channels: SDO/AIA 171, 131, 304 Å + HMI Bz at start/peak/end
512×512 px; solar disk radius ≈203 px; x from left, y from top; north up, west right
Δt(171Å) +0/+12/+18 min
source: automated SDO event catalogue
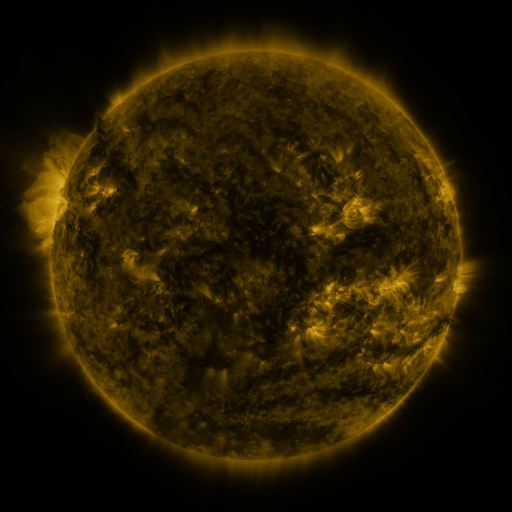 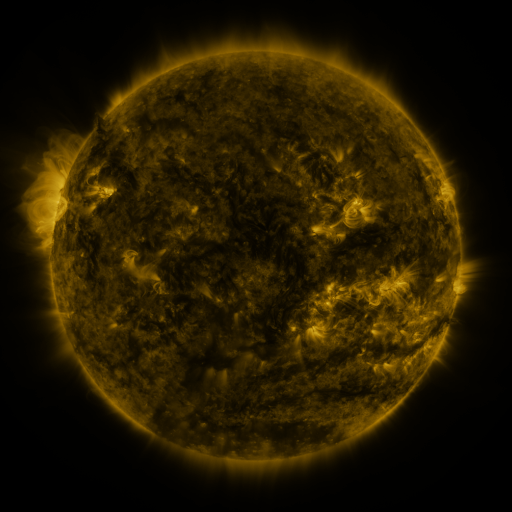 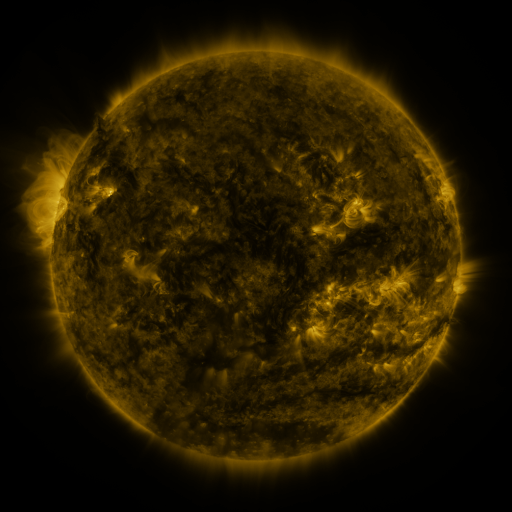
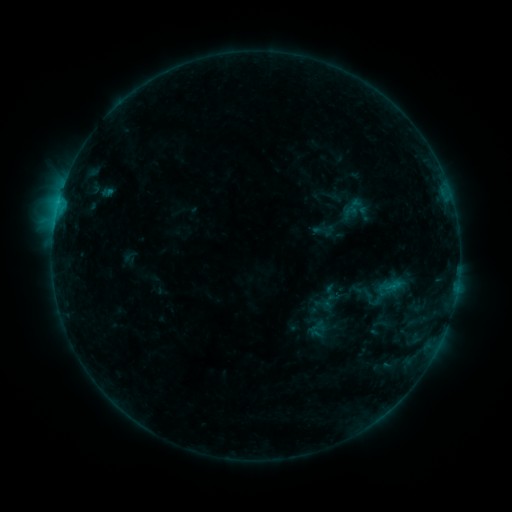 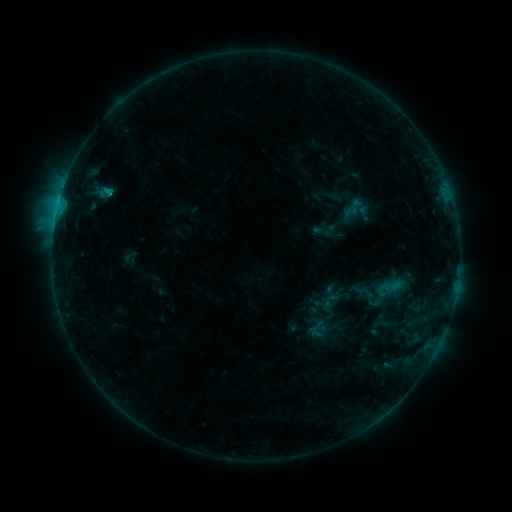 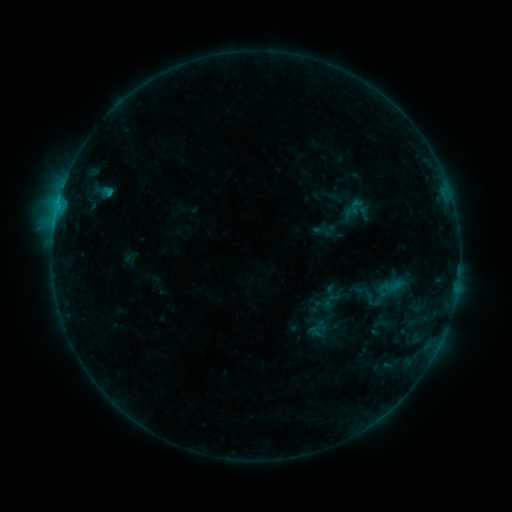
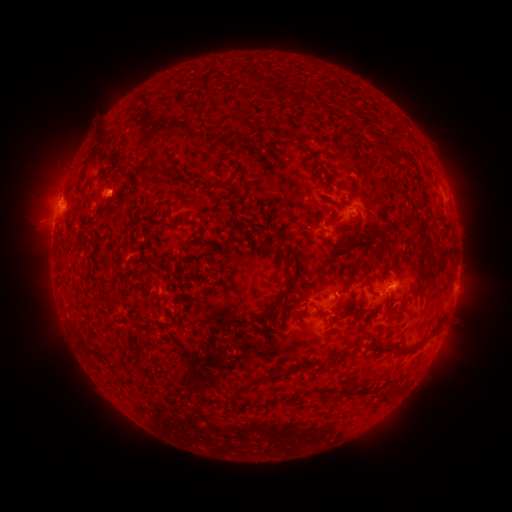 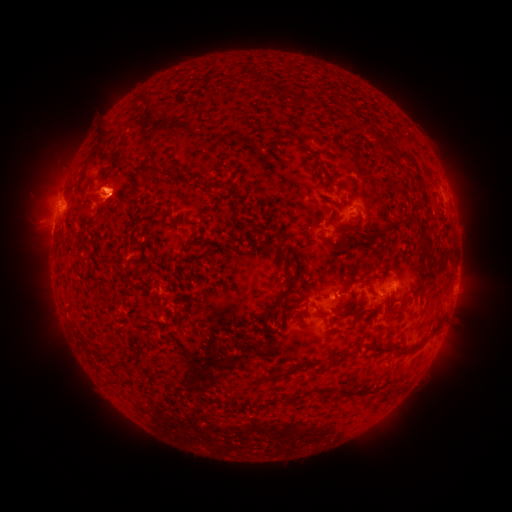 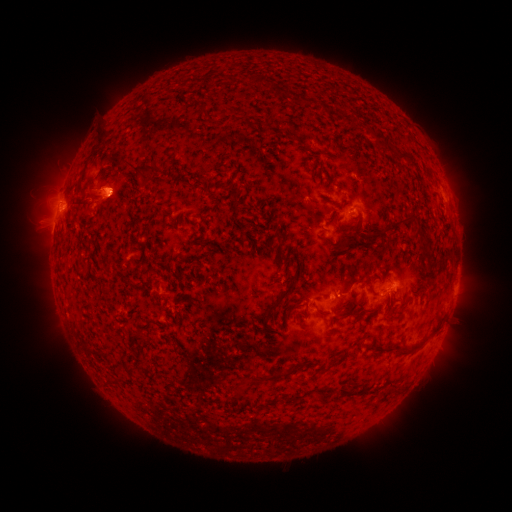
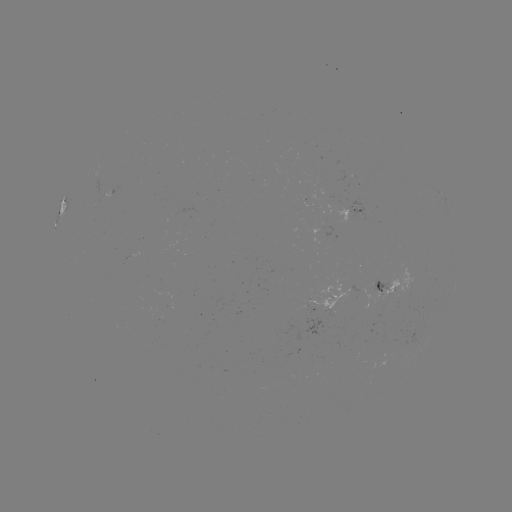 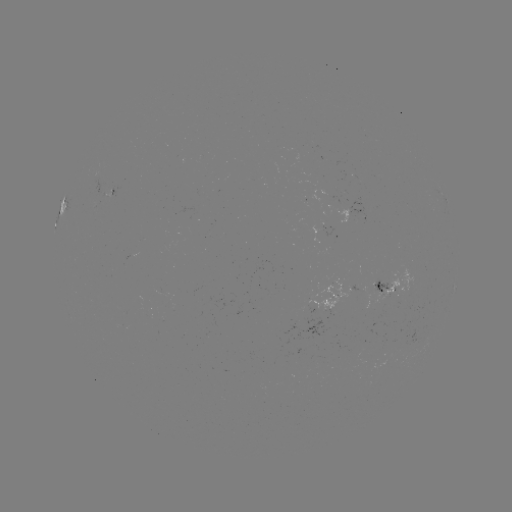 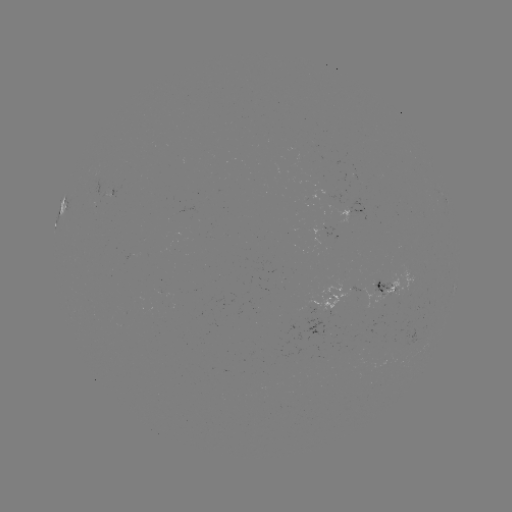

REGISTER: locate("eruption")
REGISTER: [101, 197]